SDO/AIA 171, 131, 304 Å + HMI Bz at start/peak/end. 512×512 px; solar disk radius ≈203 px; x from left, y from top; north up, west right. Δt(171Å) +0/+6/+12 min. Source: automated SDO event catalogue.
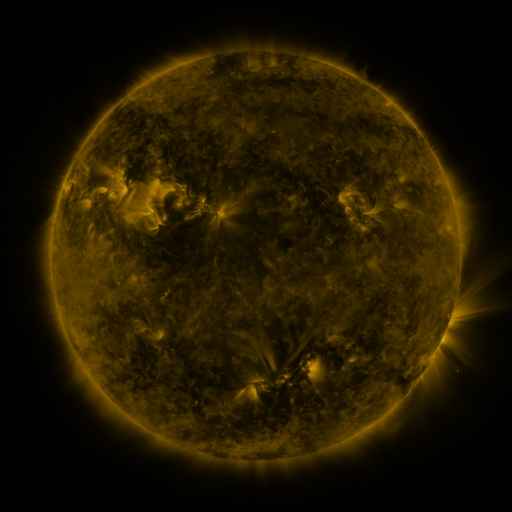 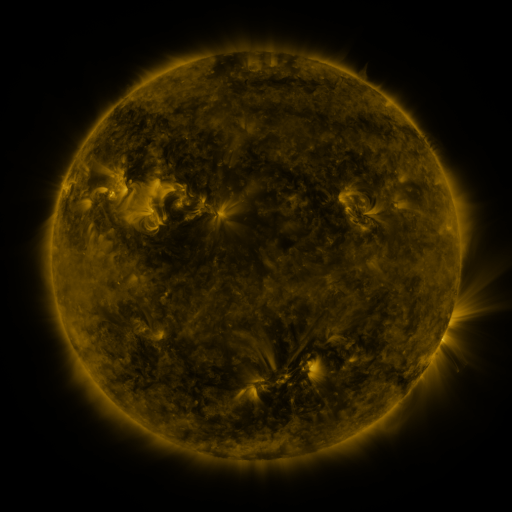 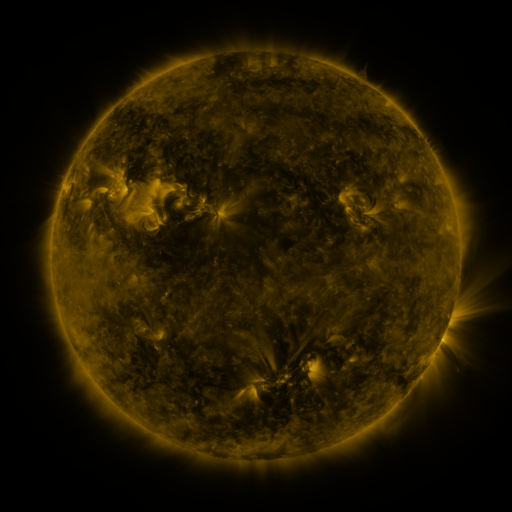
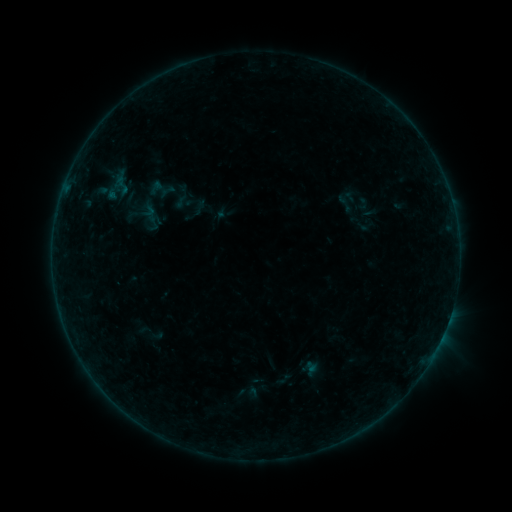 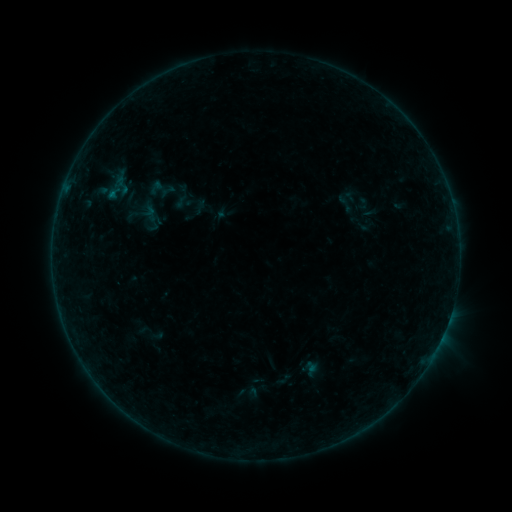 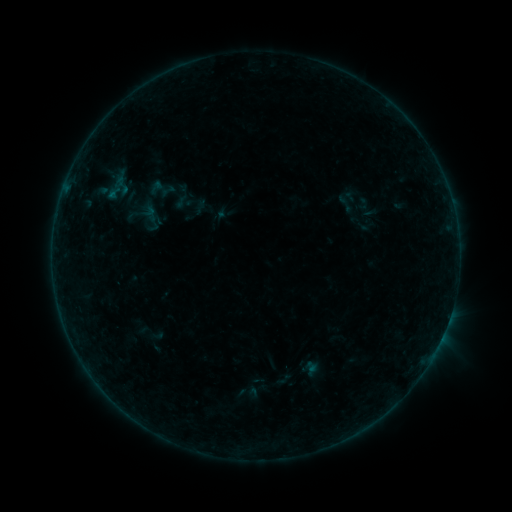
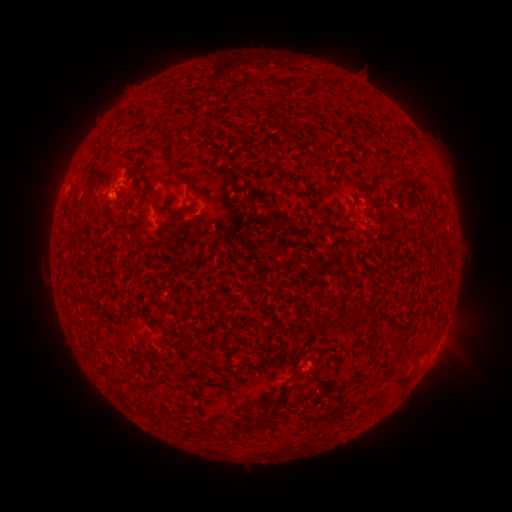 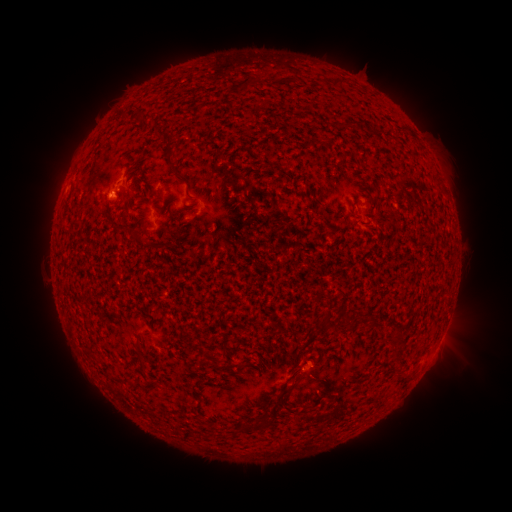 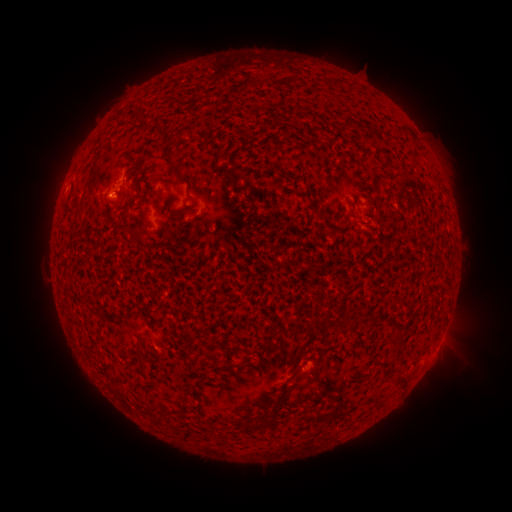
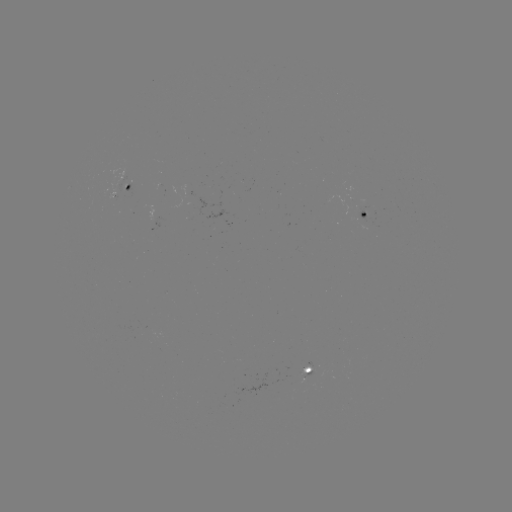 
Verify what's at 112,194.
B1.4 flare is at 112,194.